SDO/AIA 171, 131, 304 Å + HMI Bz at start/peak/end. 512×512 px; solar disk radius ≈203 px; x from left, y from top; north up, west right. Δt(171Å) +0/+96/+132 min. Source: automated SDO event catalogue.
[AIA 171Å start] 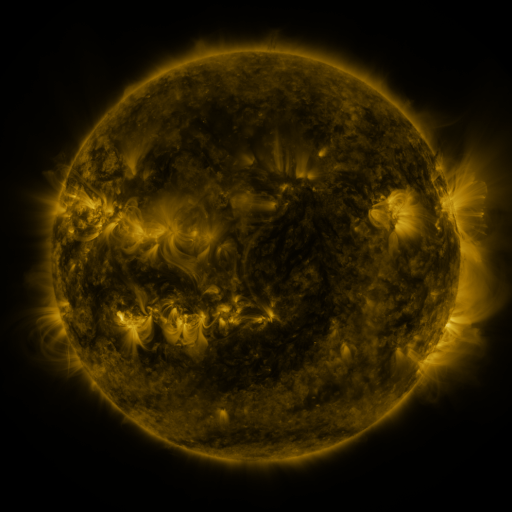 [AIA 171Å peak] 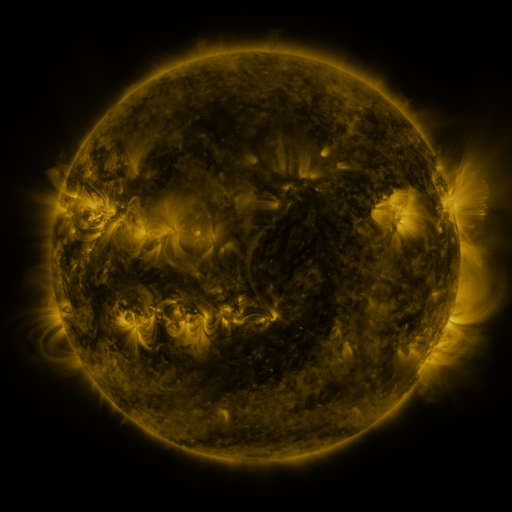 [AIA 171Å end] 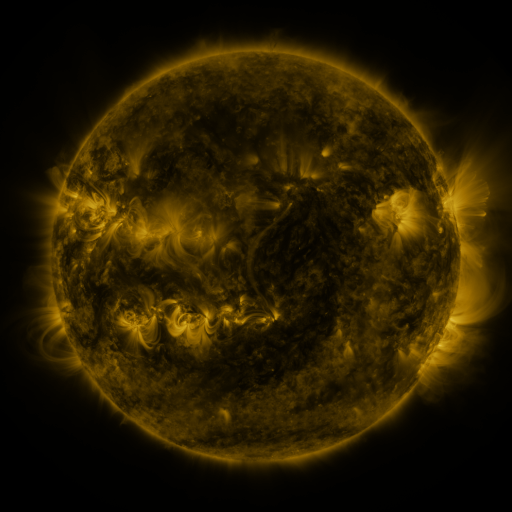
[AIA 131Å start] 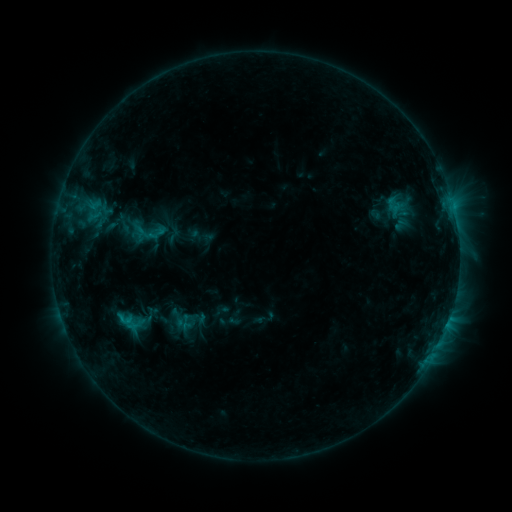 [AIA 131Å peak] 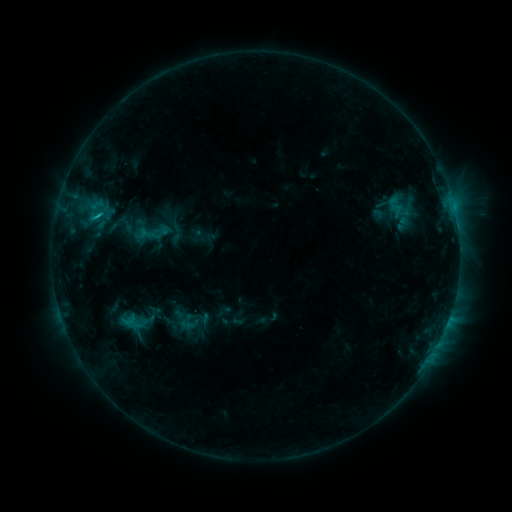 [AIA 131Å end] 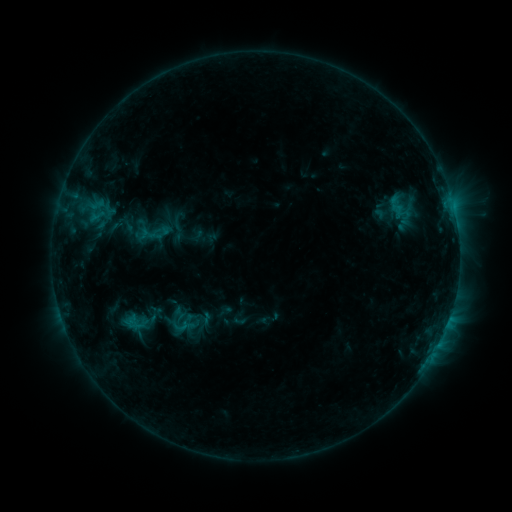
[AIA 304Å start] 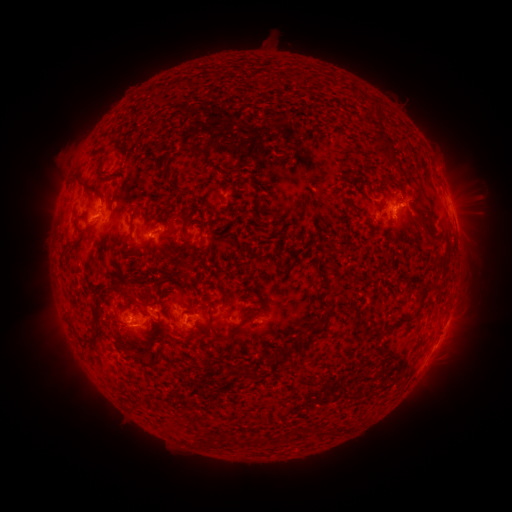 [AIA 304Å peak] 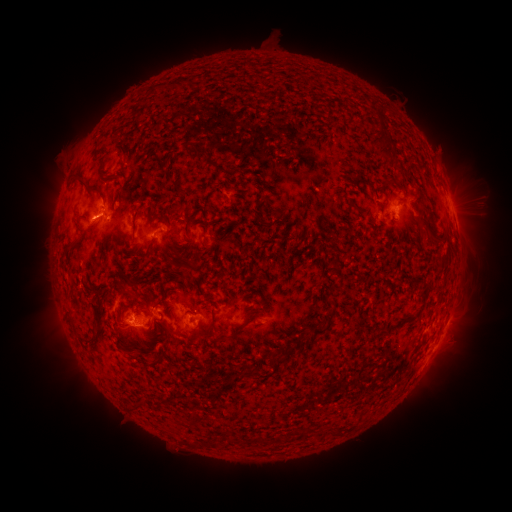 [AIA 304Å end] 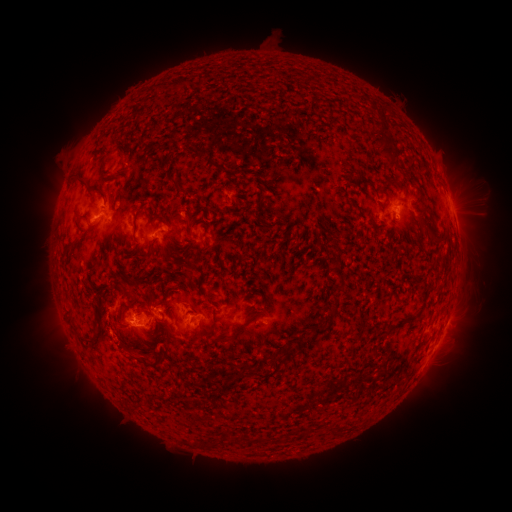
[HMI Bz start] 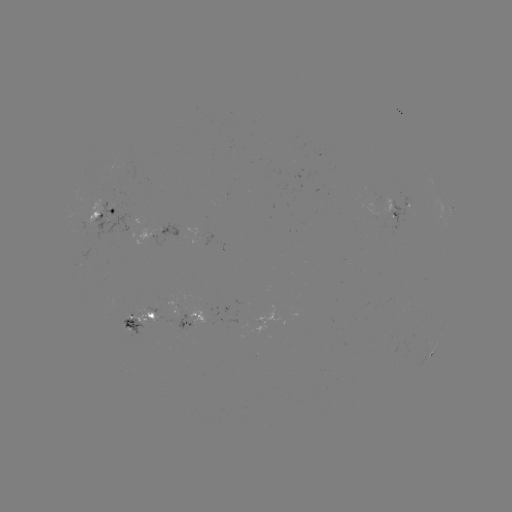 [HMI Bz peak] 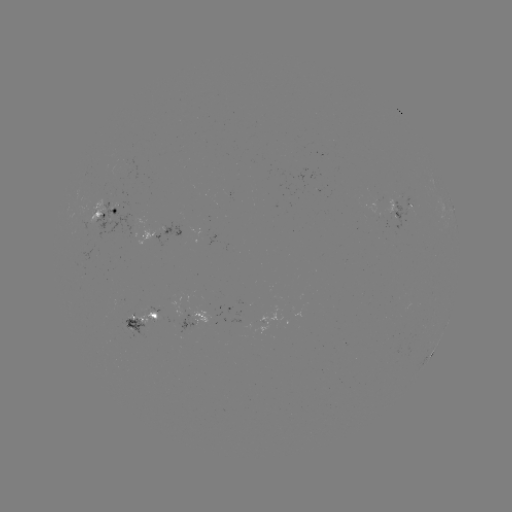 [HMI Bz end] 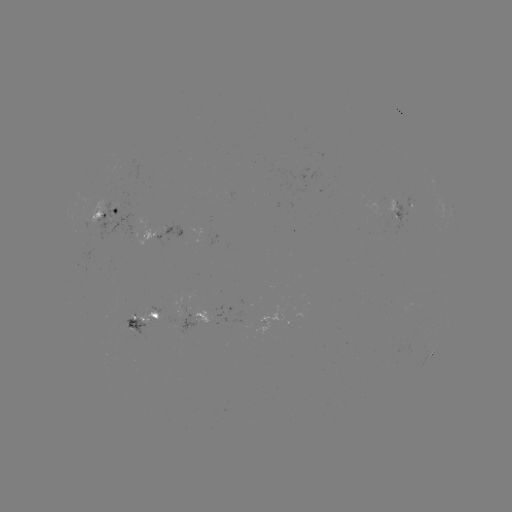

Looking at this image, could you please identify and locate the emerging-flux region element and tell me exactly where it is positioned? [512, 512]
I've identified emerging-flux region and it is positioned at [399, 196].